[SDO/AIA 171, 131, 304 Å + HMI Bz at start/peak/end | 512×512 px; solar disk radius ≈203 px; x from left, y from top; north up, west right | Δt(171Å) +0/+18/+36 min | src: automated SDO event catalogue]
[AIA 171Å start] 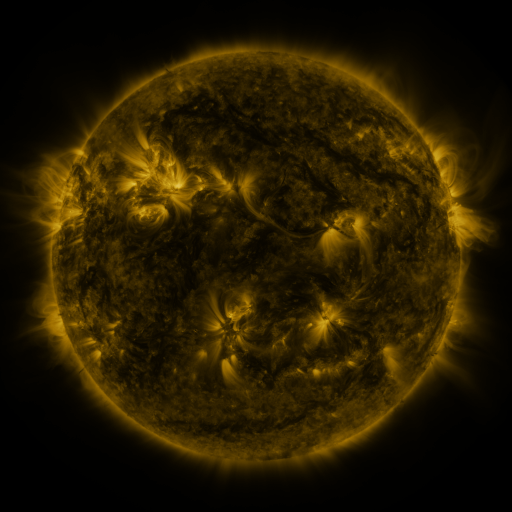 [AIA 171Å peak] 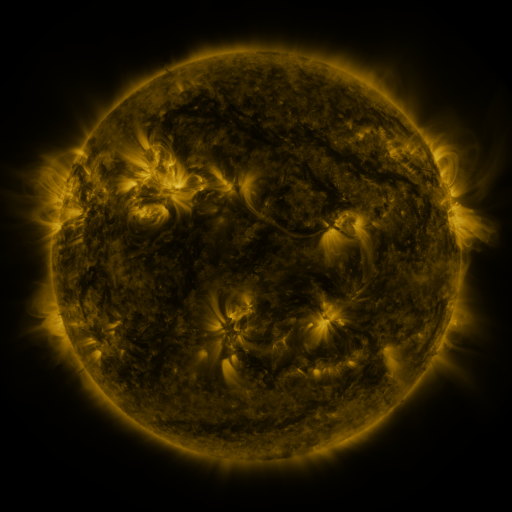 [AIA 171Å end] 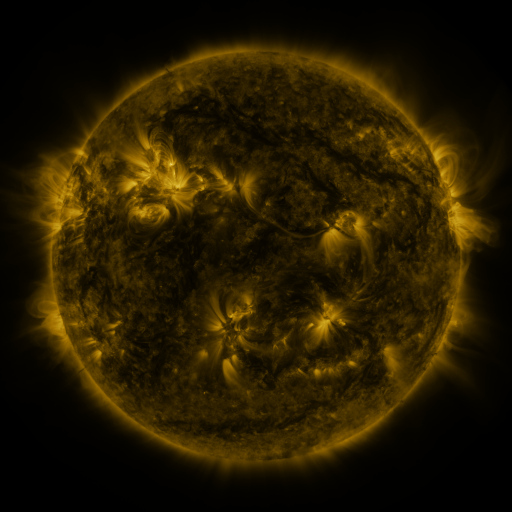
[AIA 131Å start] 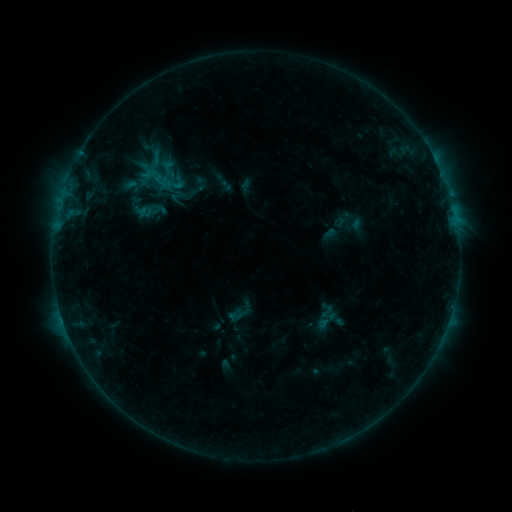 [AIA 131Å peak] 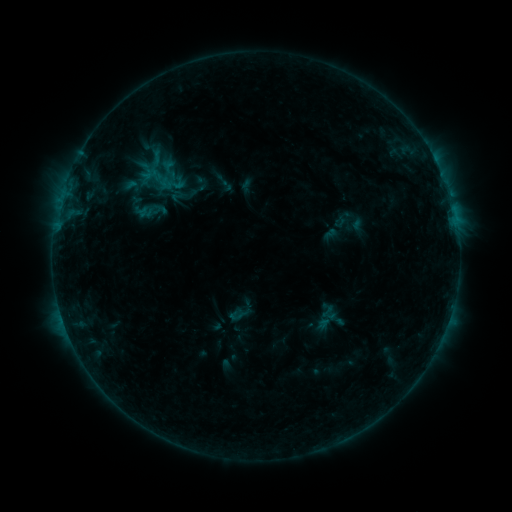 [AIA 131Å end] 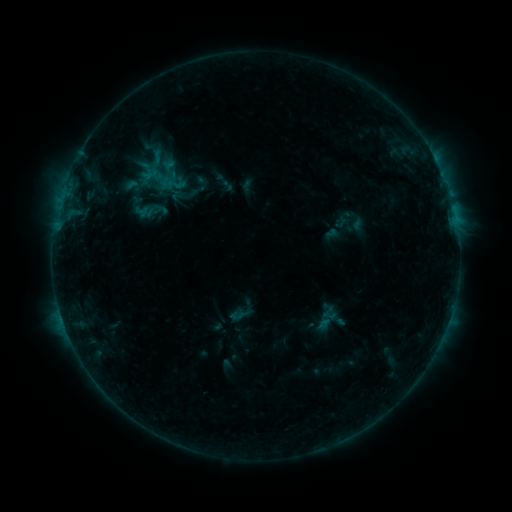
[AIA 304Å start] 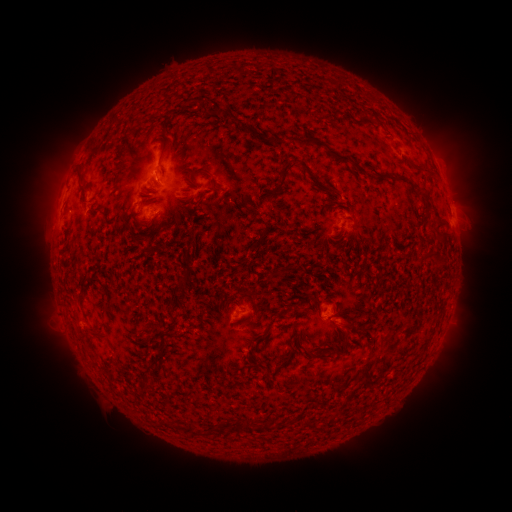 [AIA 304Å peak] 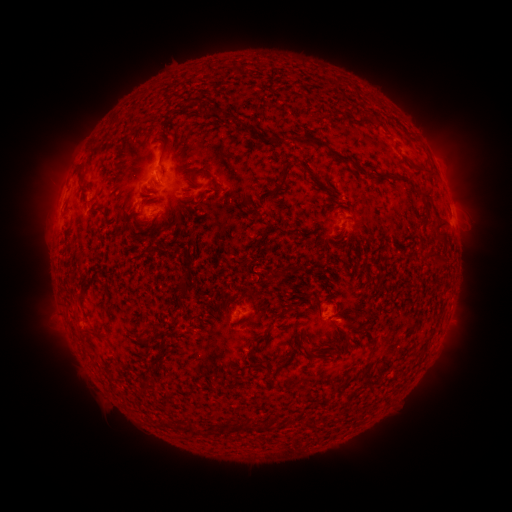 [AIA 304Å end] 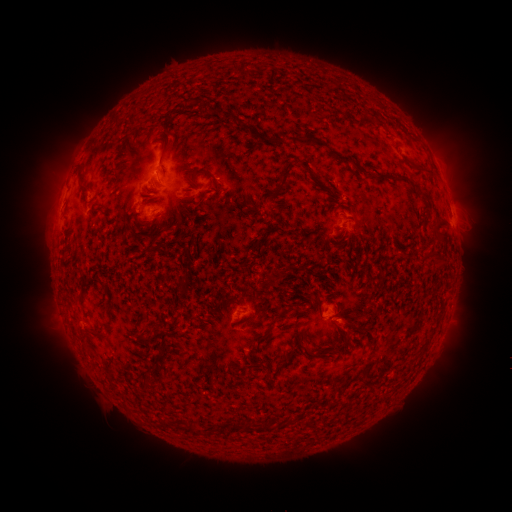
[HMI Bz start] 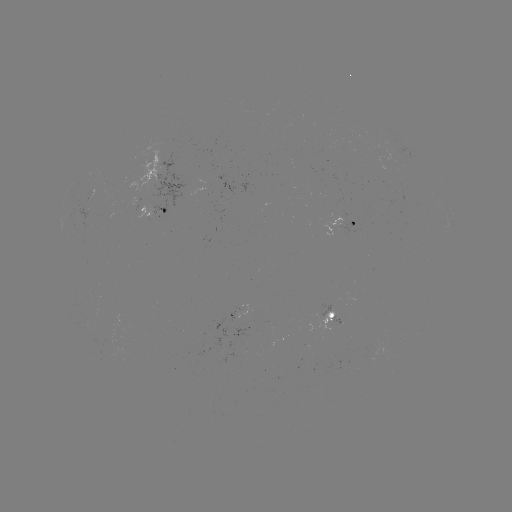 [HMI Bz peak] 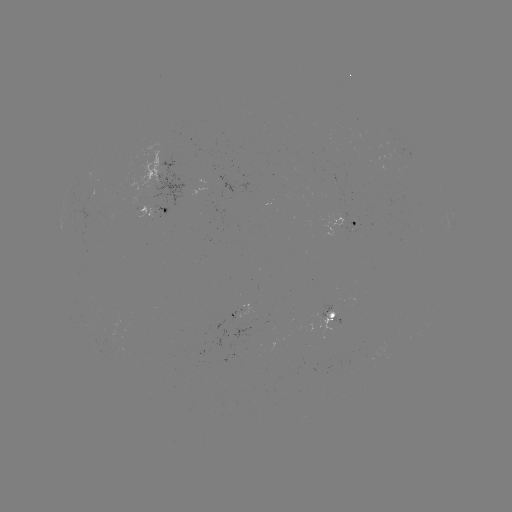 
no classed flare was catalogued and no EUV brightening was flagged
